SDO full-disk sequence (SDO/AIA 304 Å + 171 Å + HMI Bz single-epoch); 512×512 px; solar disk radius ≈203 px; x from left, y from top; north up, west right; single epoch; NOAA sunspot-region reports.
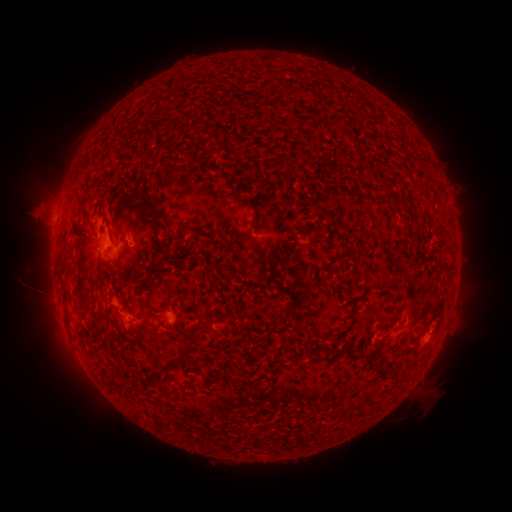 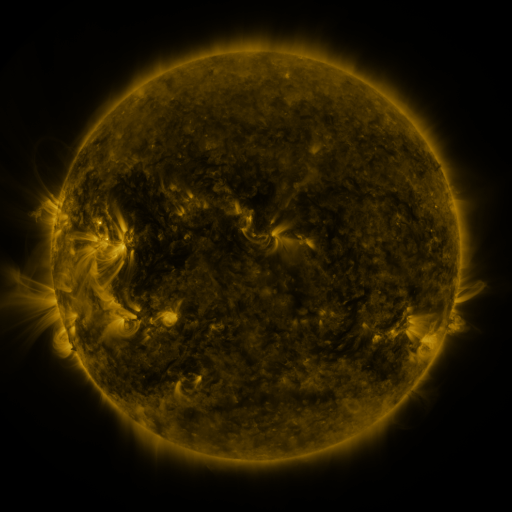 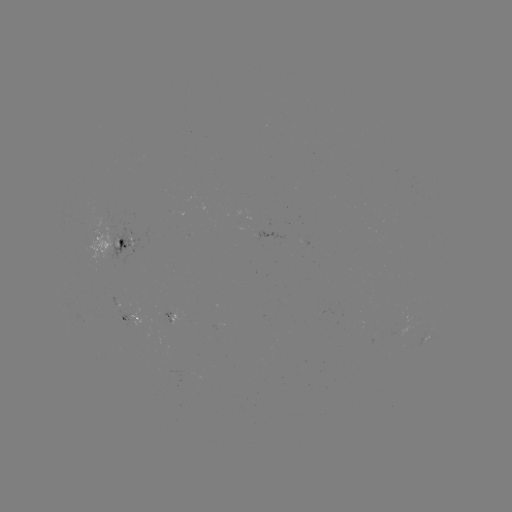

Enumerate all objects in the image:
spotted active region: (112, 244)
spotted active region: (178, 318)
spotted active region: (131, 319)
spotted active region: (430, 335)
